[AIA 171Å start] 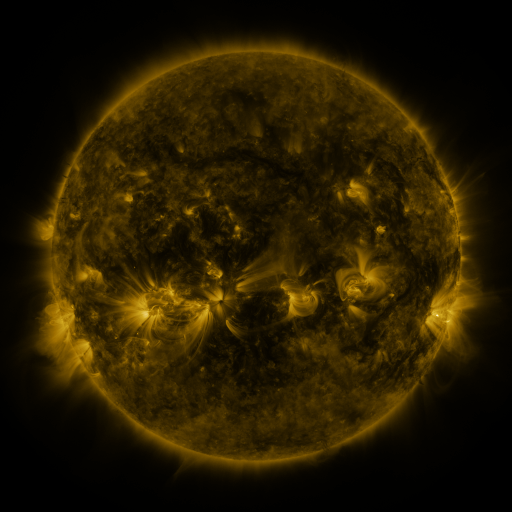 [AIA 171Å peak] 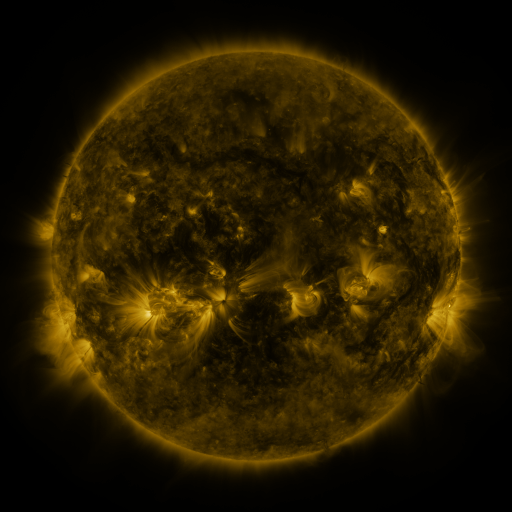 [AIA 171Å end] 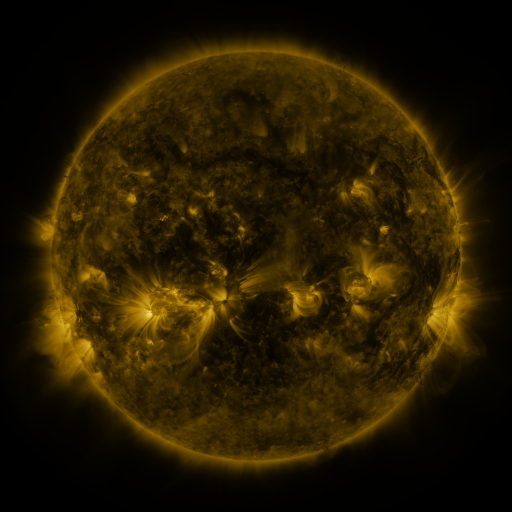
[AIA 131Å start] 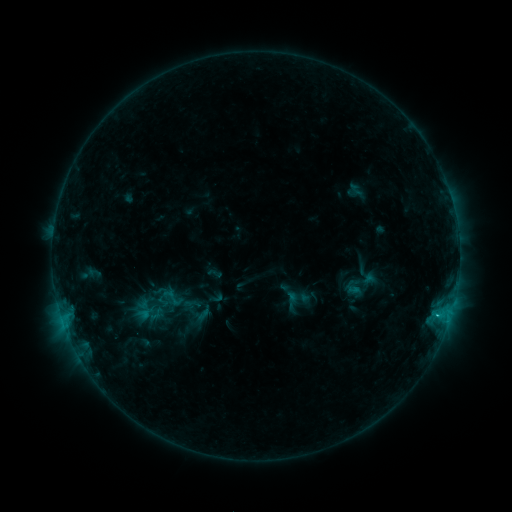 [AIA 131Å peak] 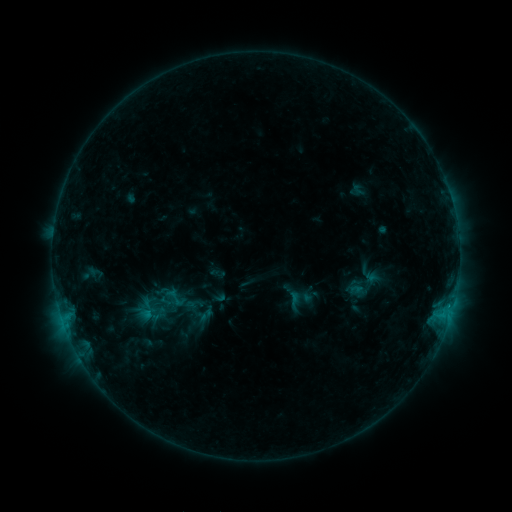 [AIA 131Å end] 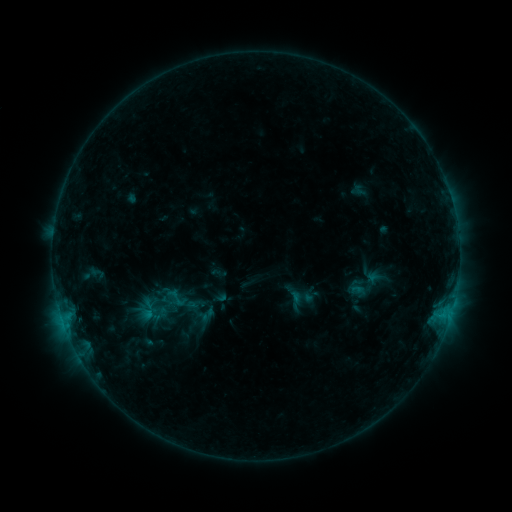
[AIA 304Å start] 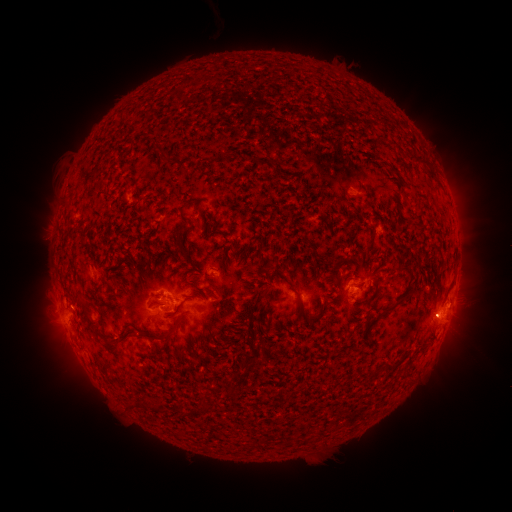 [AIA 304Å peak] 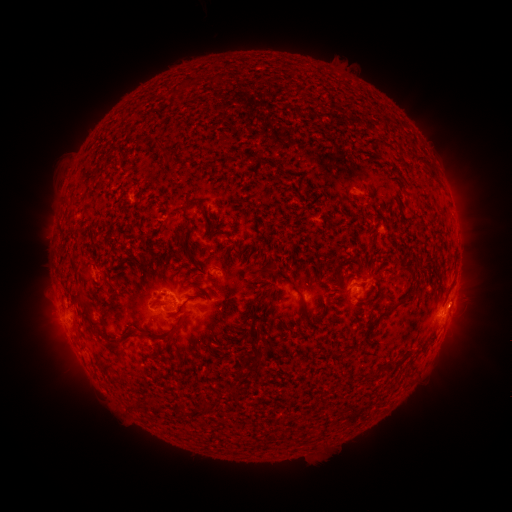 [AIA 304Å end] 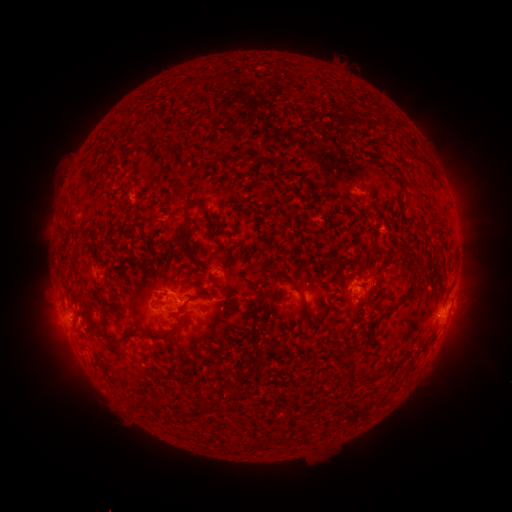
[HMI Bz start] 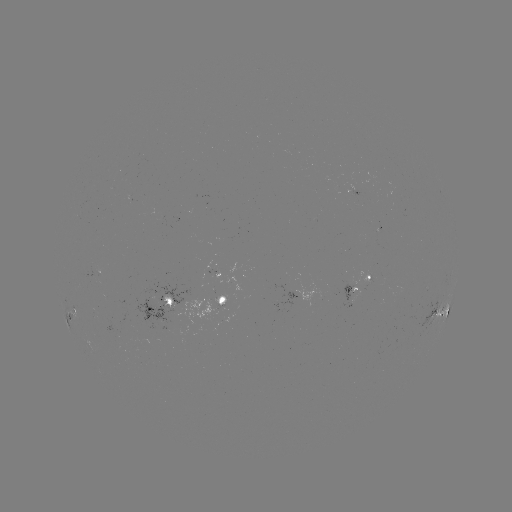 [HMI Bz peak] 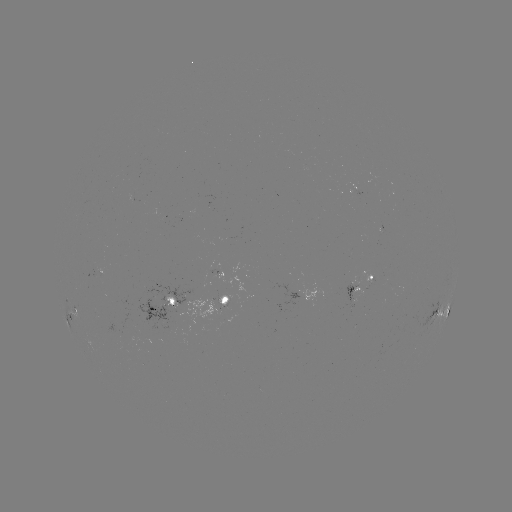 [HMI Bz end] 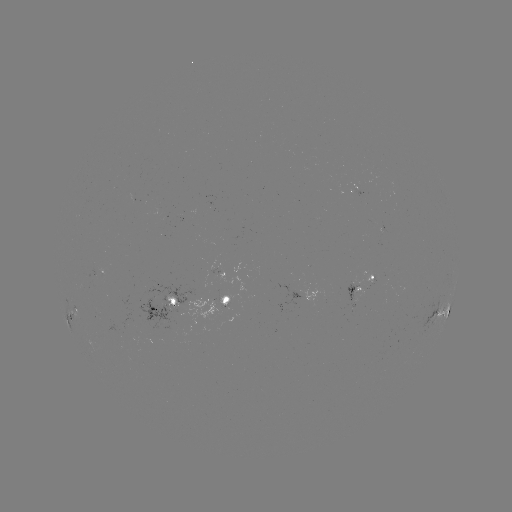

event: emerging-flux region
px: (166, 304)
